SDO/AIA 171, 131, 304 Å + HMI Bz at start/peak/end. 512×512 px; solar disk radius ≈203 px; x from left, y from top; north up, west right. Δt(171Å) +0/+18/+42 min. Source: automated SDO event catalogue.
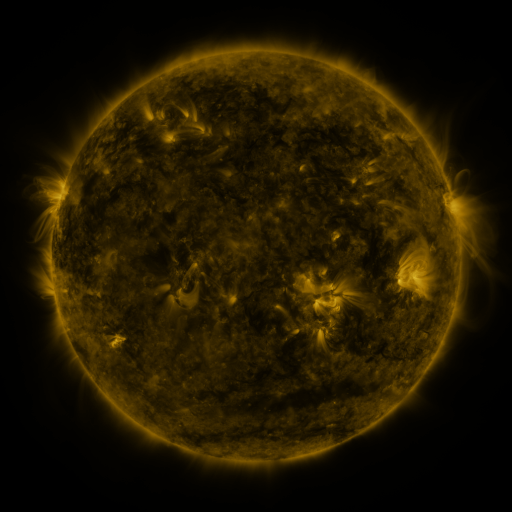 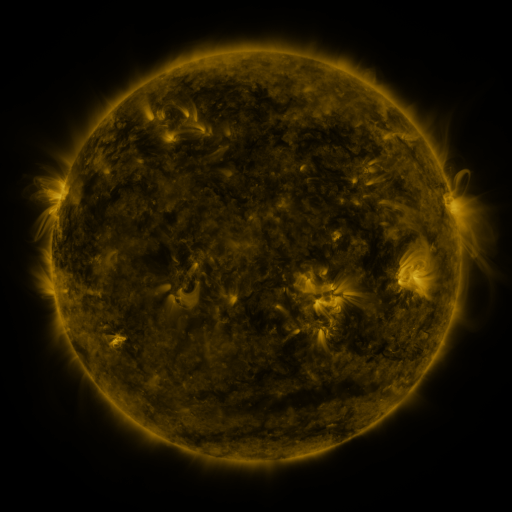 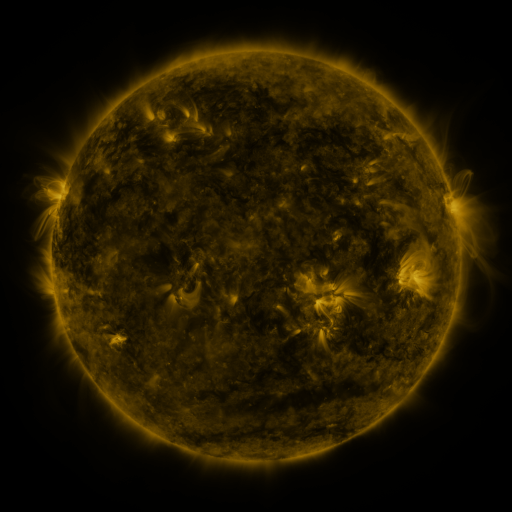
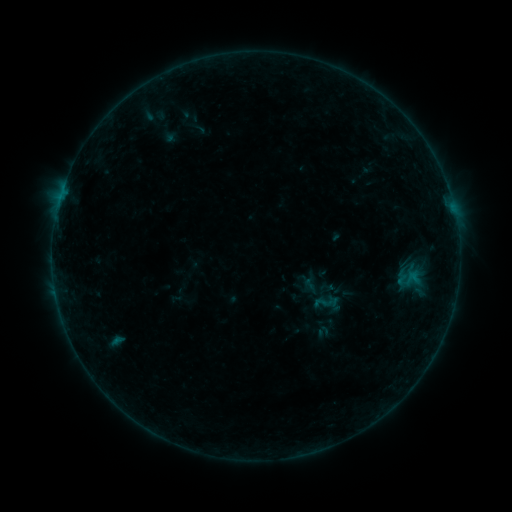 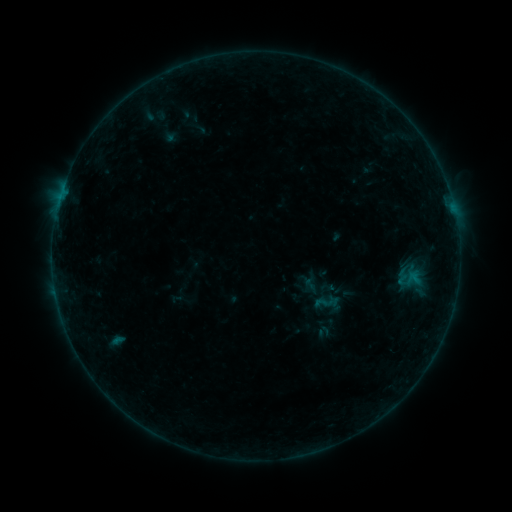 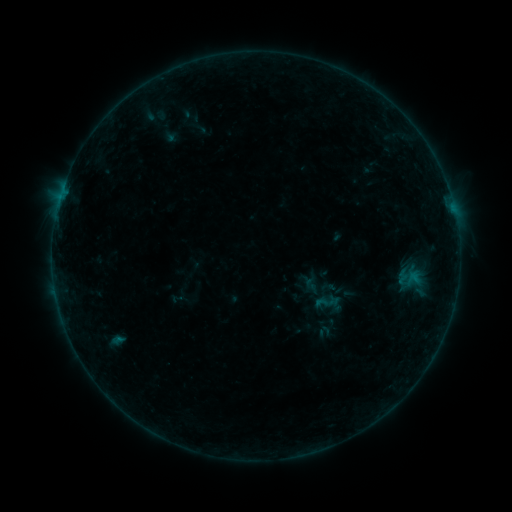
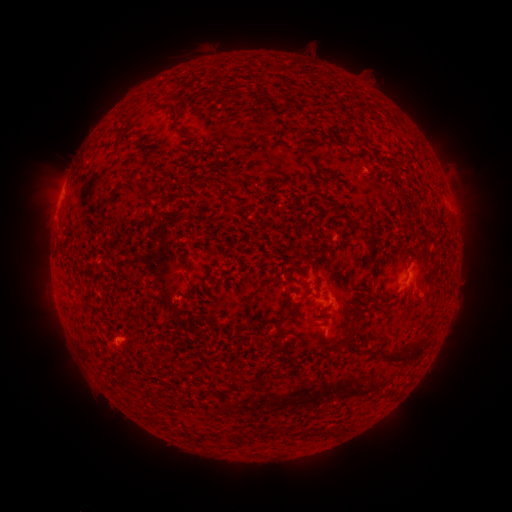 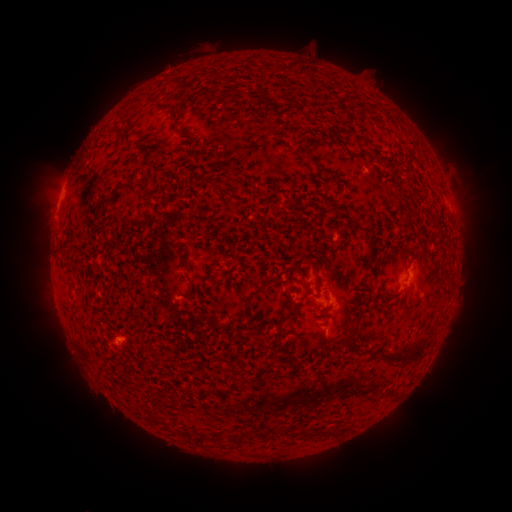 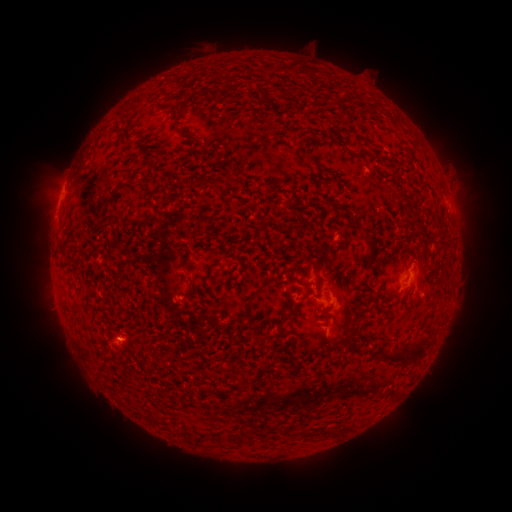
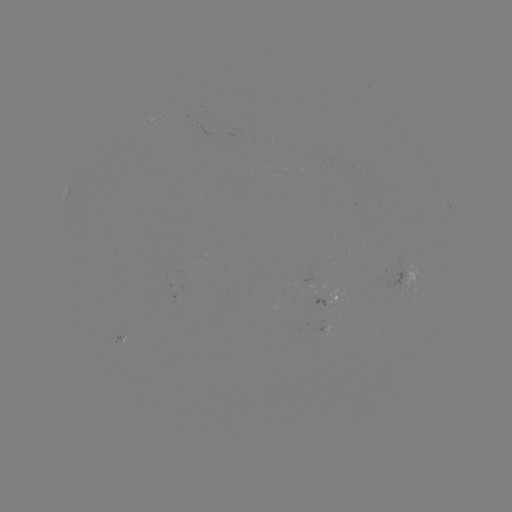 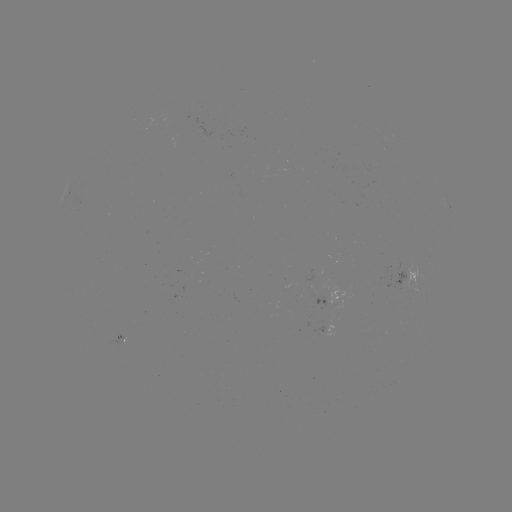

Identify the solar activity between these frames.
nothing was catalogued: no classed flare, no EUV trigger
